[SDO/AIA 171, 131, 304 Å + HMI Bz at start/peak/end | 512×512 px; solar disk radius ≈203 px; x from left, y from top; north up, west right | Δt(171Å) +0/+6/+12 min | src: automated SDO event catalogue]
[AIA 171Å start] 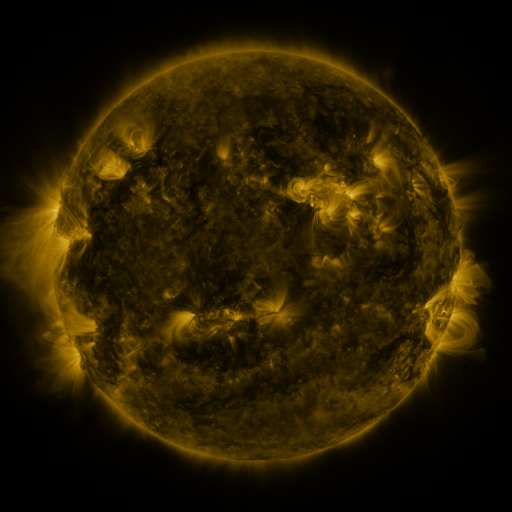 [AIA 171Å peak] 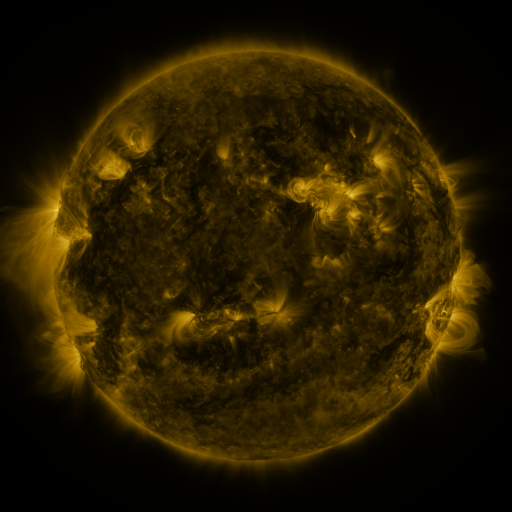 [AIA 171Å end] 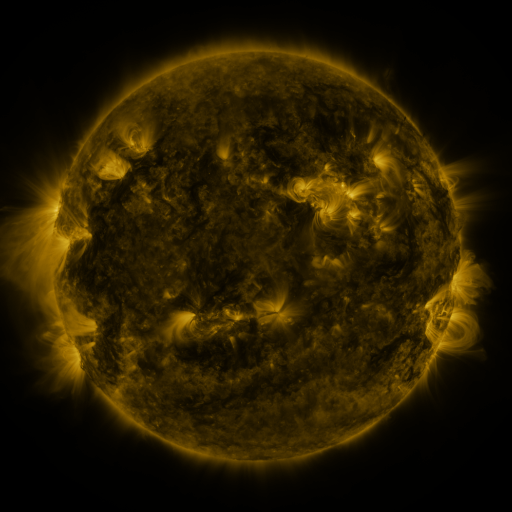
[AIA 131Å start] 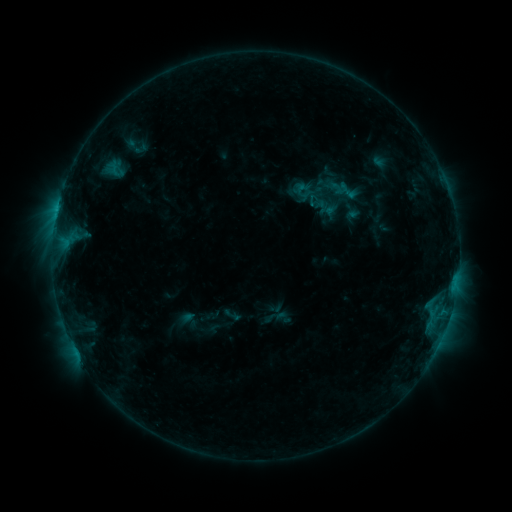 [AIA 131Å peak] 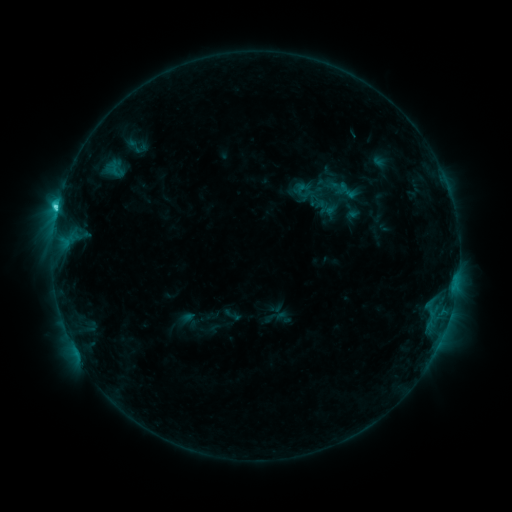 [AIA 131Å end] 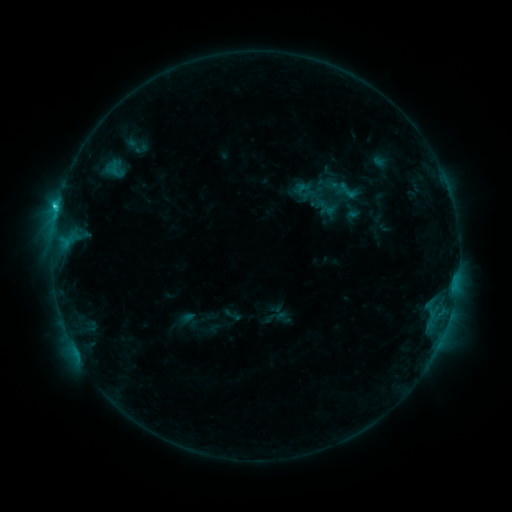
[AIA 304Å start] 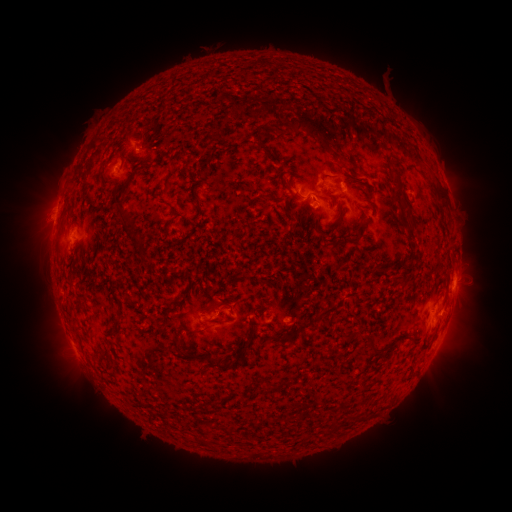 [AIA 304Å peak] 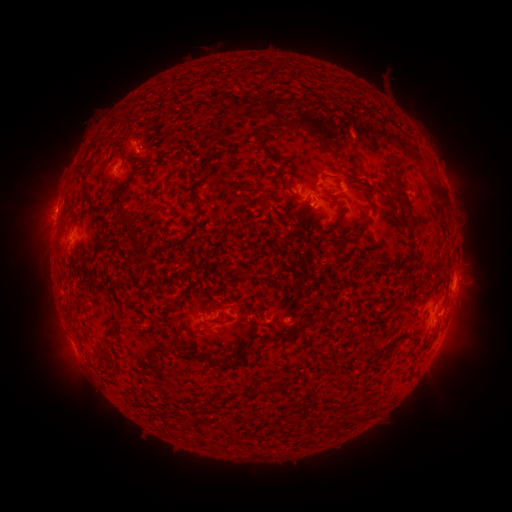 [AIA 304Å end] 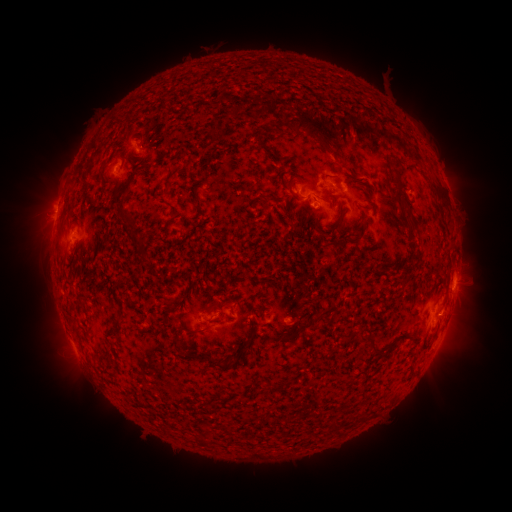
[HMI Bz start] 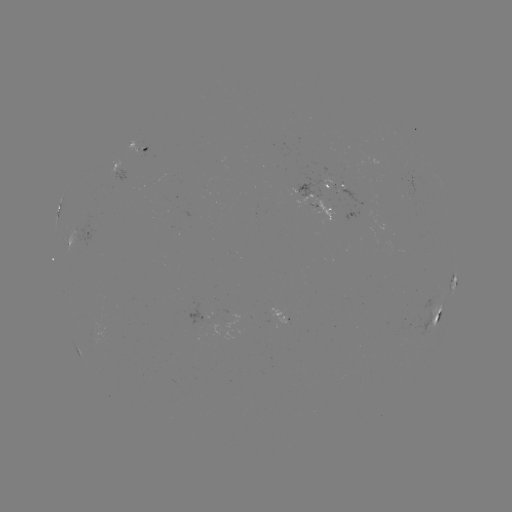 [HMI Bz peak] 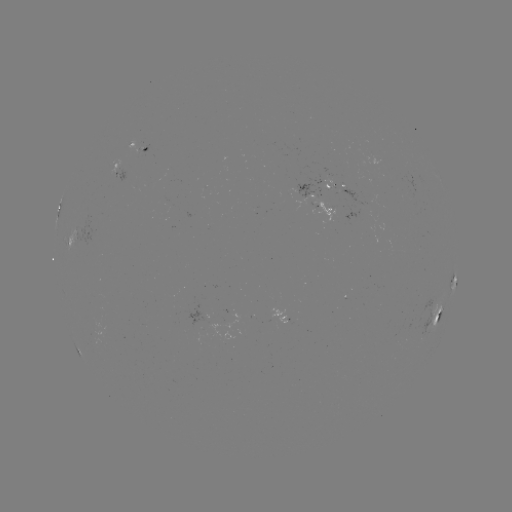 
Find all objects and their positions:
C2.5 flare: (58, 209)
